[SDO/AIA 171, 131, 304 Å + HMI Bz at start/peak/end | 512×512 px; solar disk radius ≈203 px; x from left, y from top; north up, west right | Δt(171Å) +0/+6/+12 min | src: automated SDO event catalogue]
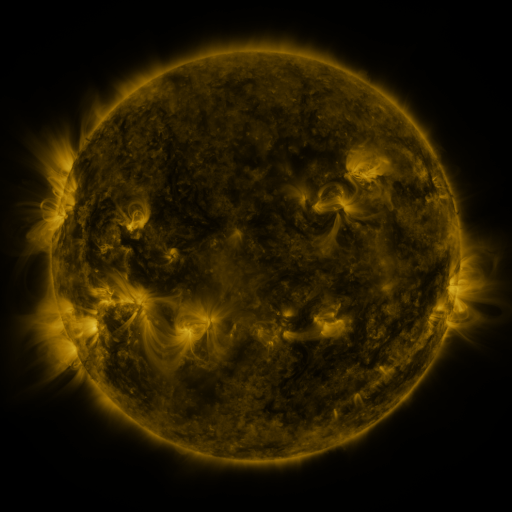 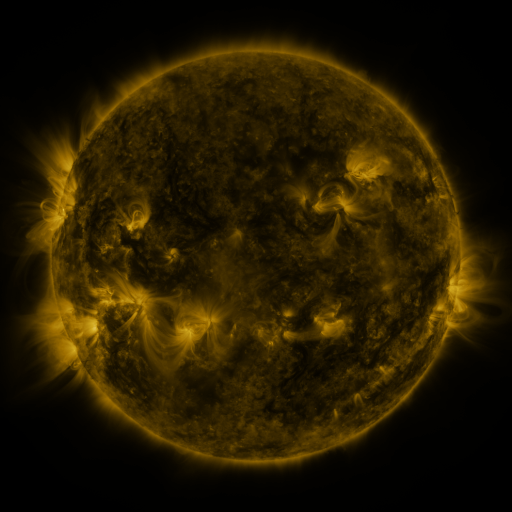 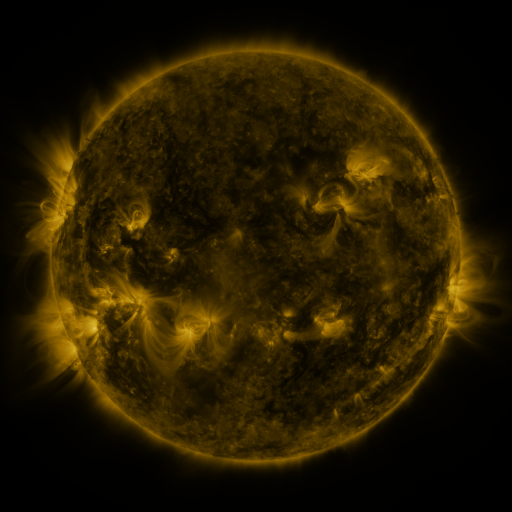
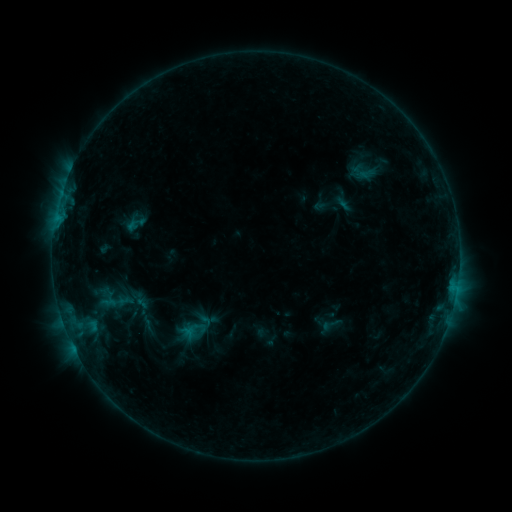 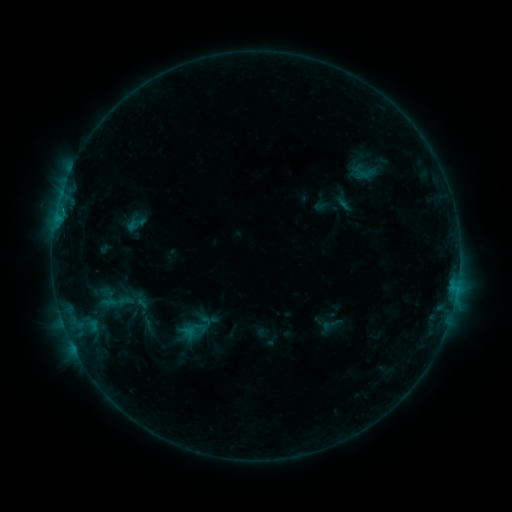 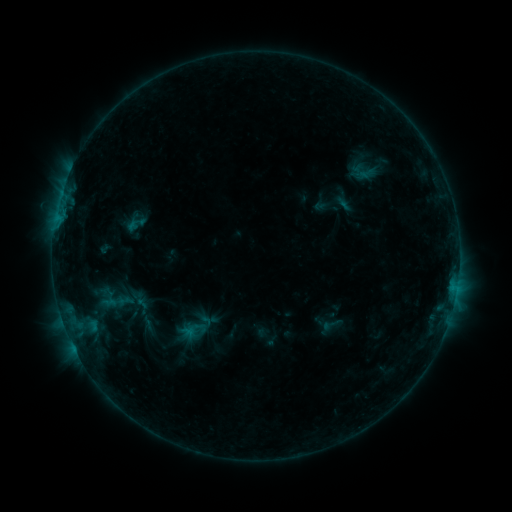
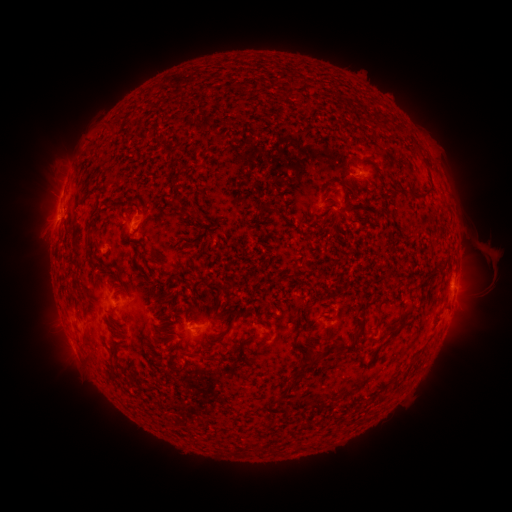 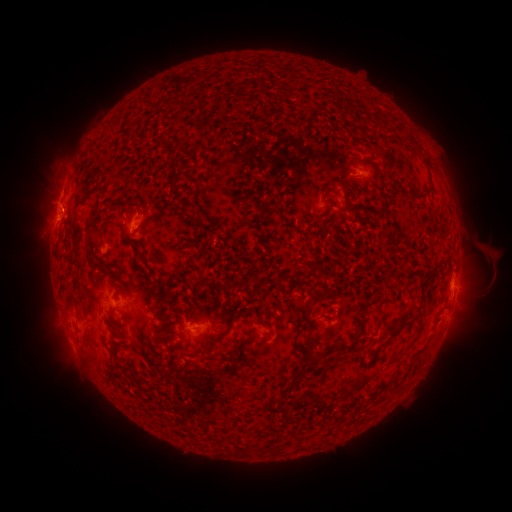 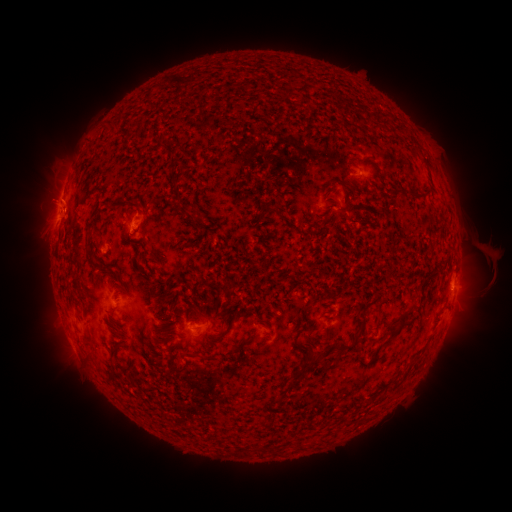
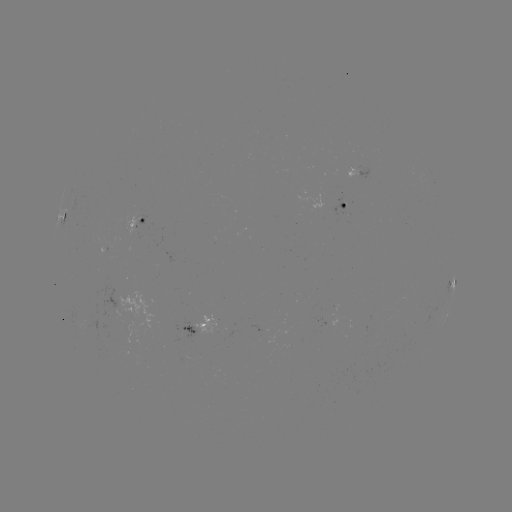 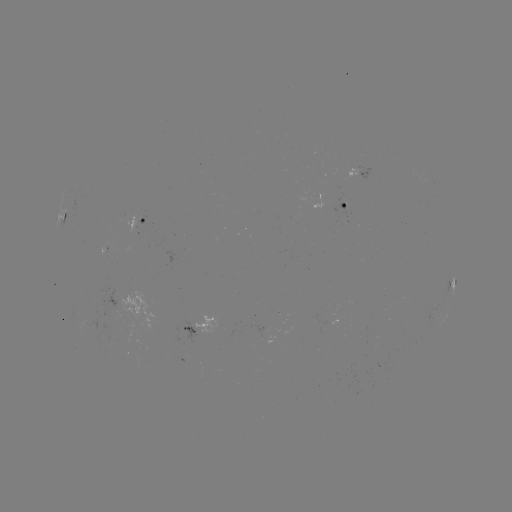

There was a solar eruption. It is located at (46, 199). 